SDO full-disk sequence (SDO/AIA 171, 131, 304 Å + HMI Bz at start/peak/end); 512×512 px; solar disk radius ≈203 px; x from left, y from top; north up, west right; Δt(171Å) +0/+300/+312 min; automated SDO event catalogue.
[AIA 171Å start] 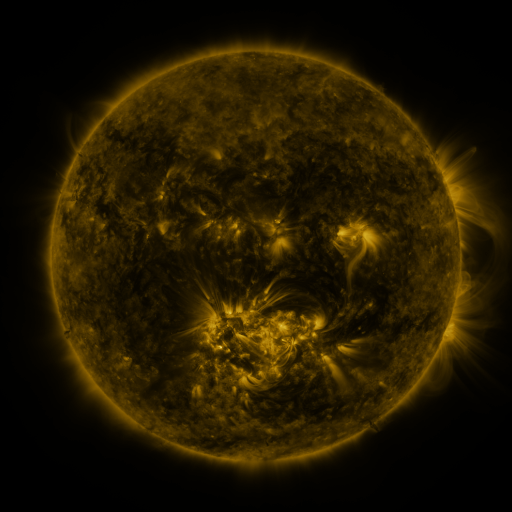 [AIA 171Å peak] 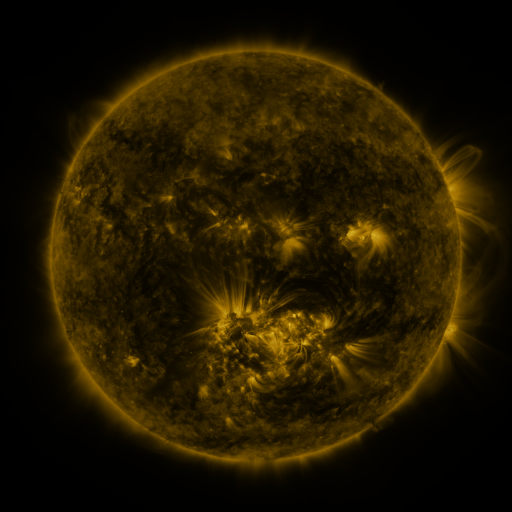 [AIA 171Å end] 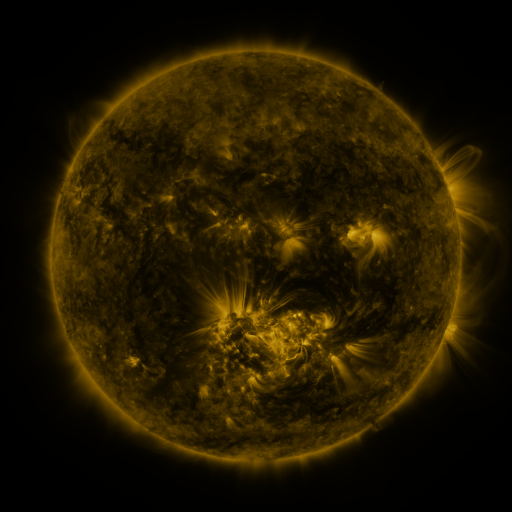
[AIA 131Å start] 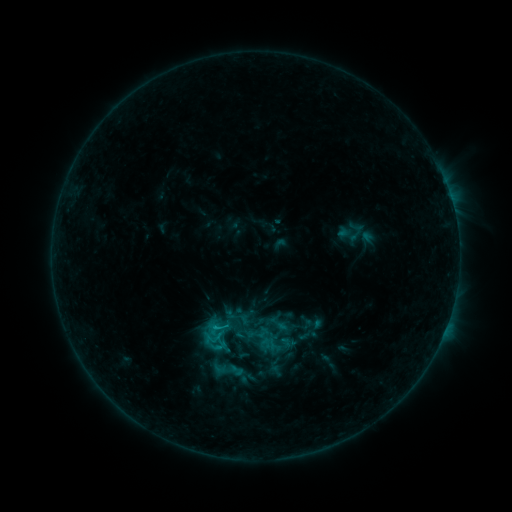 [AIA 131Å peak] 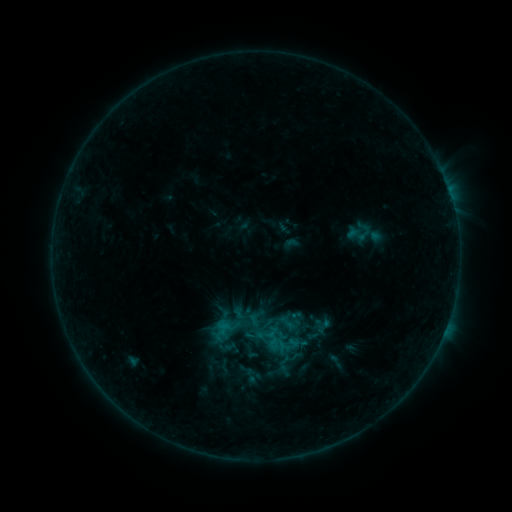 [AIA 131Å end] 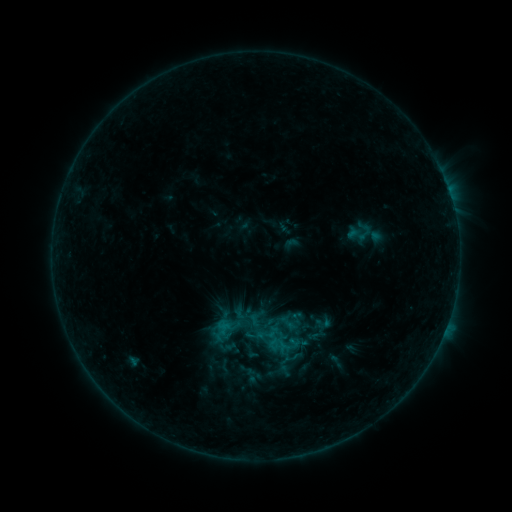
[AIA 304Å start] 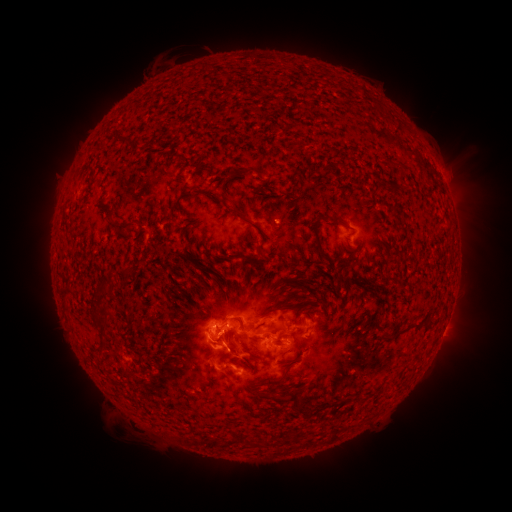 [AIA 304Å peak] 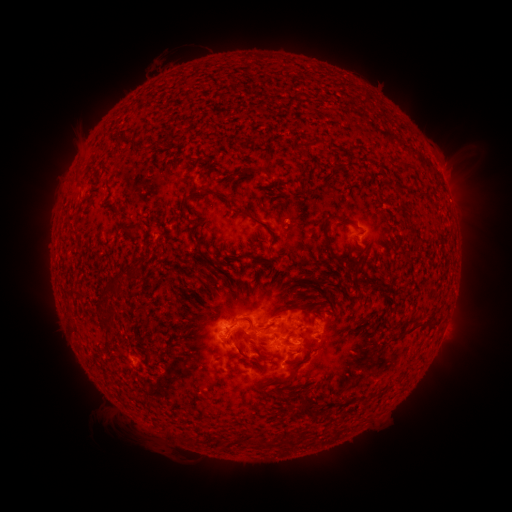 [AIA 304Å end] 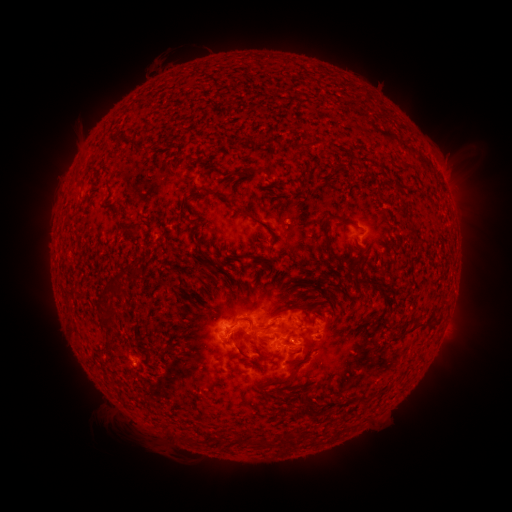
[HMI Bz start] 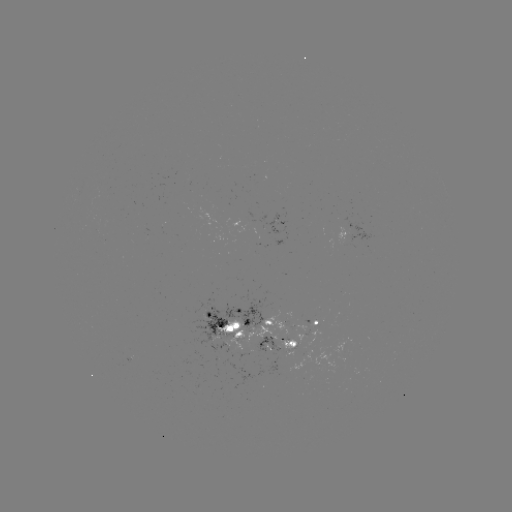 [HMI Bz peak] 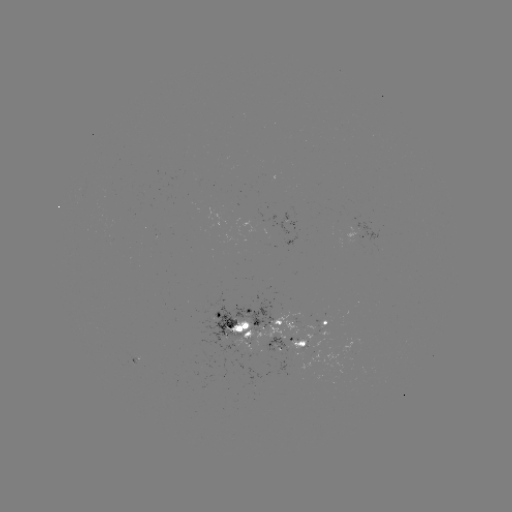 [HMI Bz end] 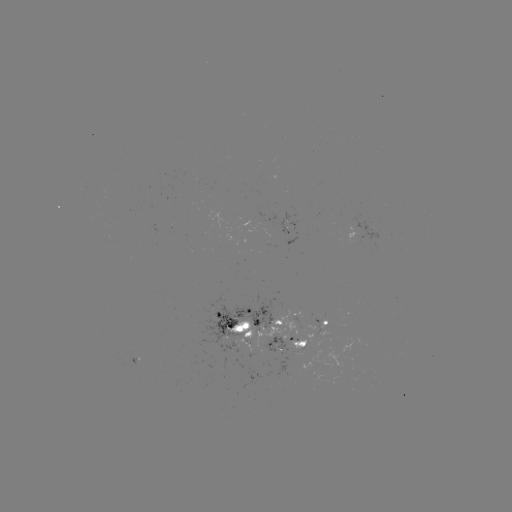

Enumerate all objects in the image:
emerging-flux region: (296, 315)
